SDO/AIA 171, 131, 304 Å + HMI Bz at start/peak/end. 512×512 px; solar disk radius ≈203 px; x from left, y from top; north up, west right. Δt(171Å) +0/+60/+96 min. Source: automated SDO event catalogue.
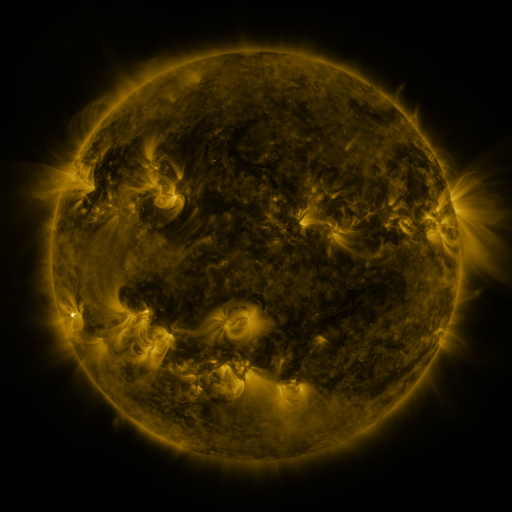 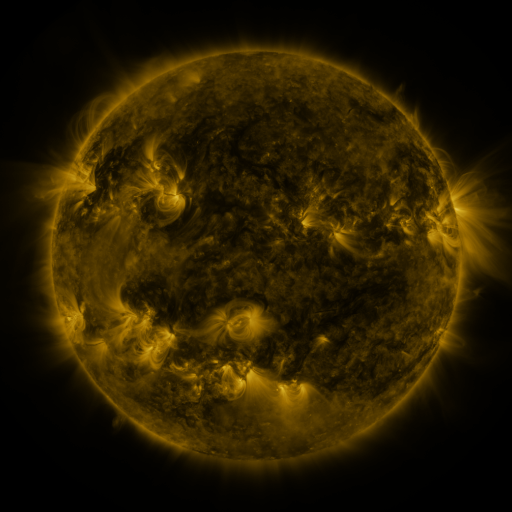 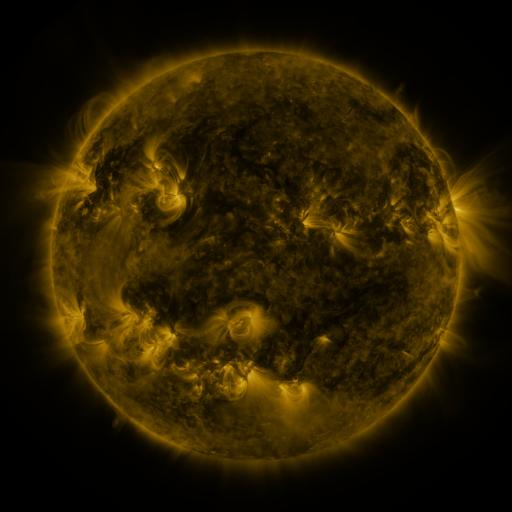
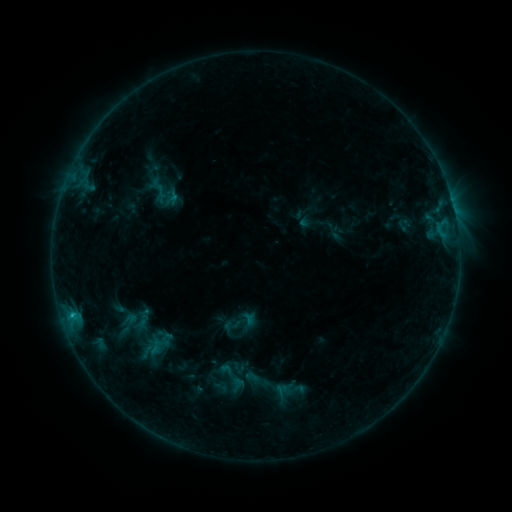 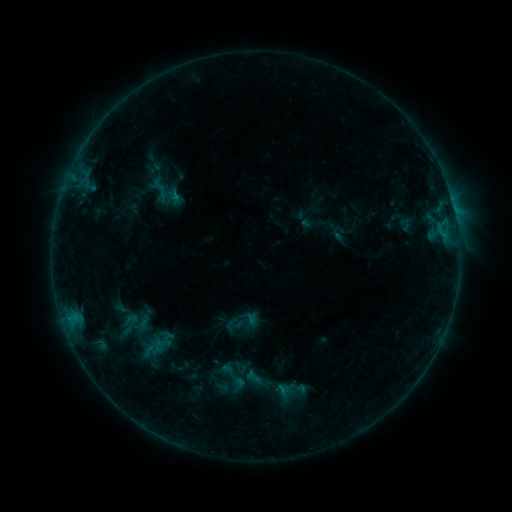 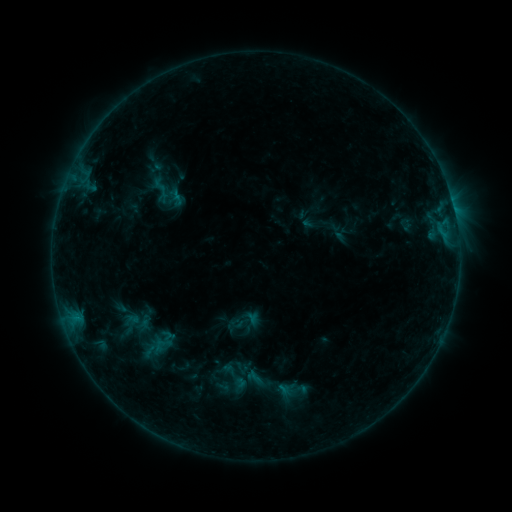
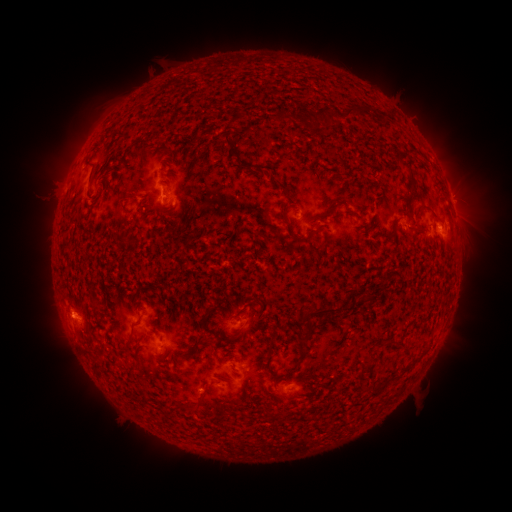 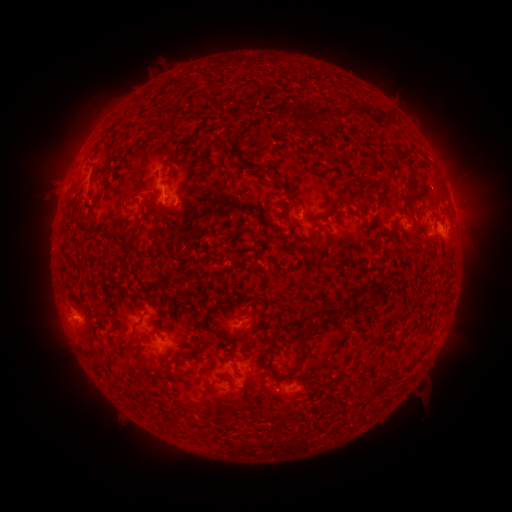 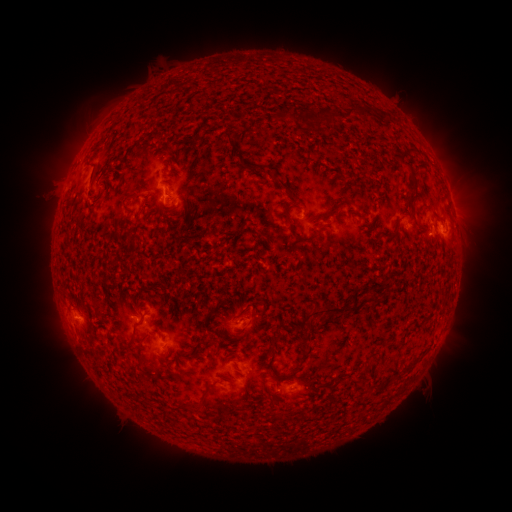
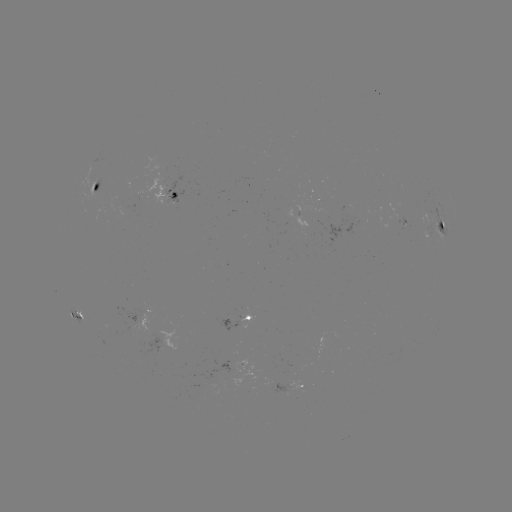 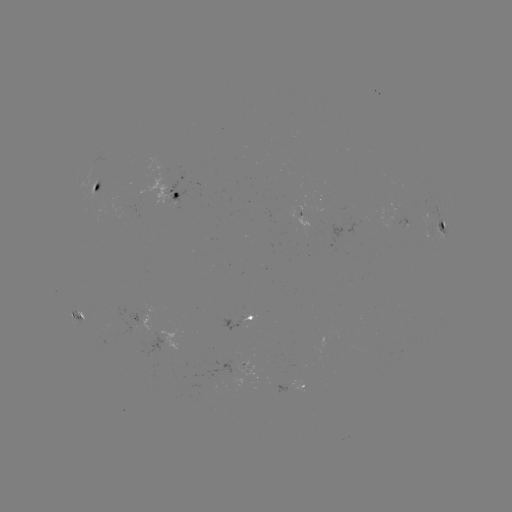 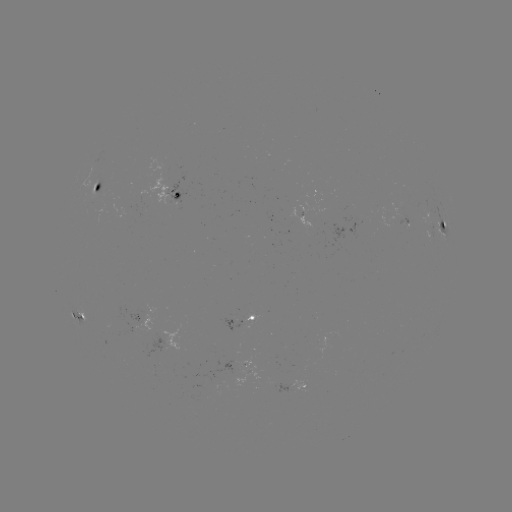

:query emerging-flux region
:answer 302,386